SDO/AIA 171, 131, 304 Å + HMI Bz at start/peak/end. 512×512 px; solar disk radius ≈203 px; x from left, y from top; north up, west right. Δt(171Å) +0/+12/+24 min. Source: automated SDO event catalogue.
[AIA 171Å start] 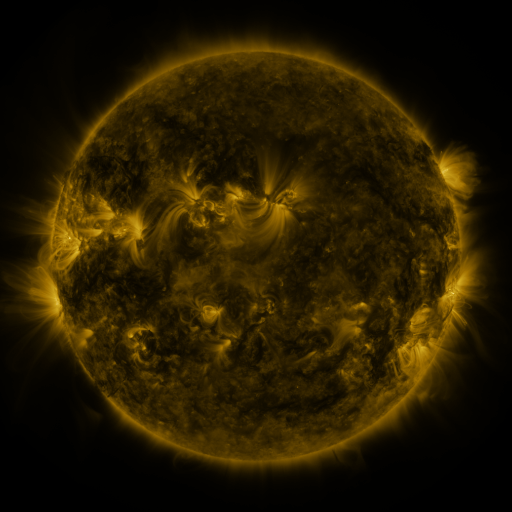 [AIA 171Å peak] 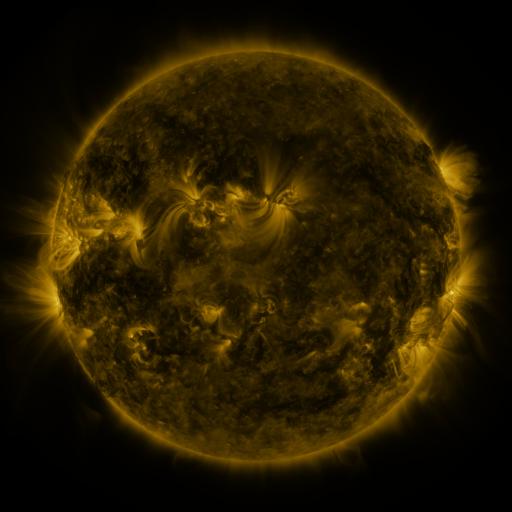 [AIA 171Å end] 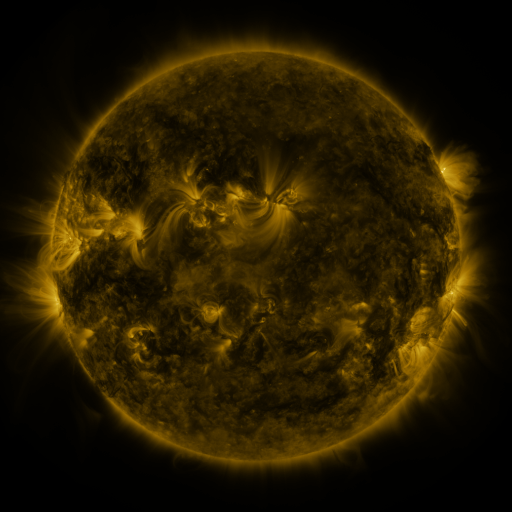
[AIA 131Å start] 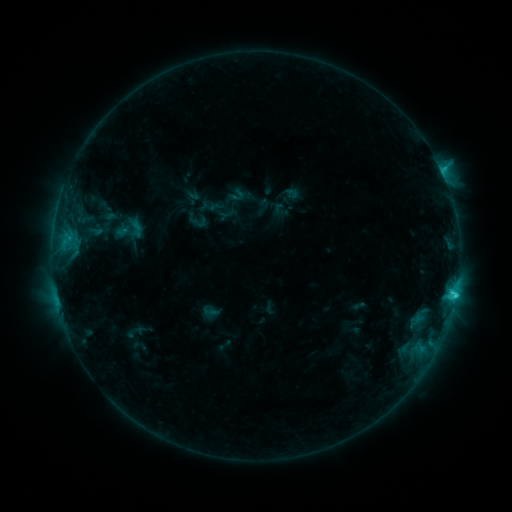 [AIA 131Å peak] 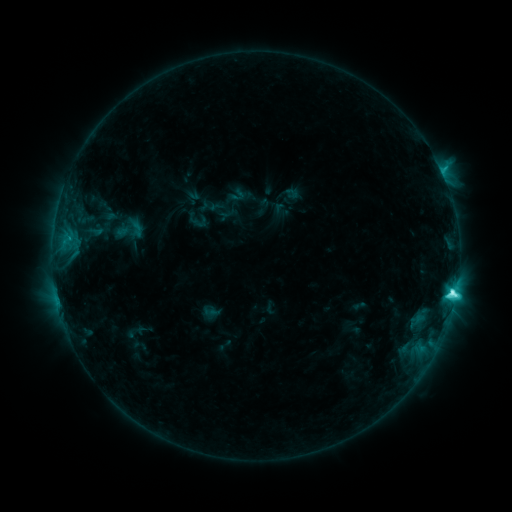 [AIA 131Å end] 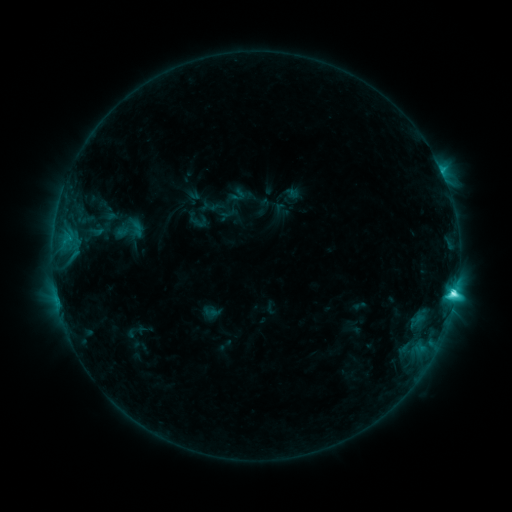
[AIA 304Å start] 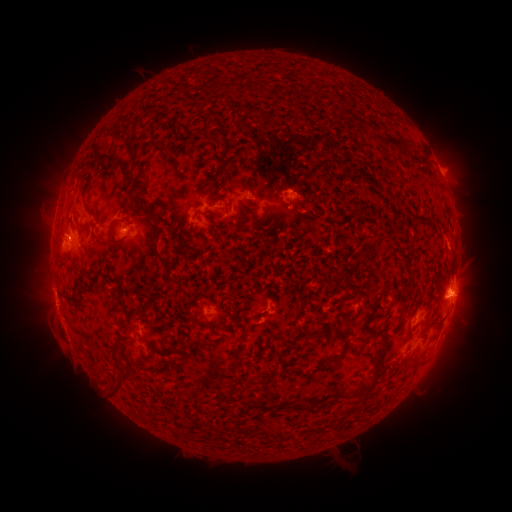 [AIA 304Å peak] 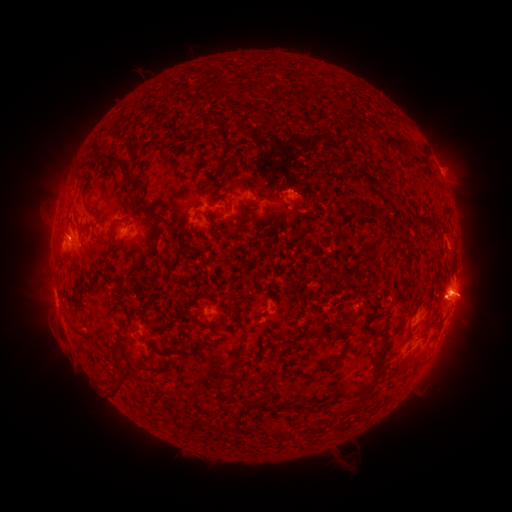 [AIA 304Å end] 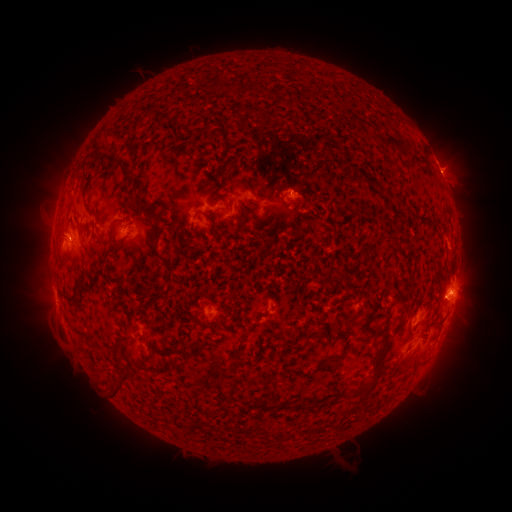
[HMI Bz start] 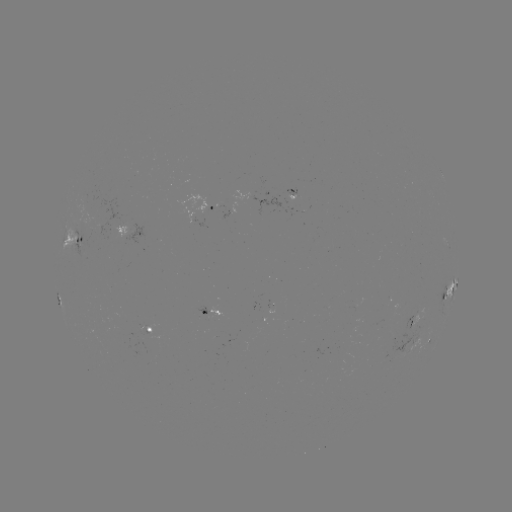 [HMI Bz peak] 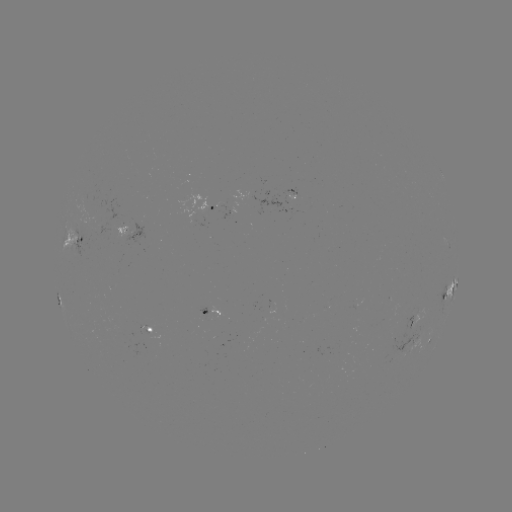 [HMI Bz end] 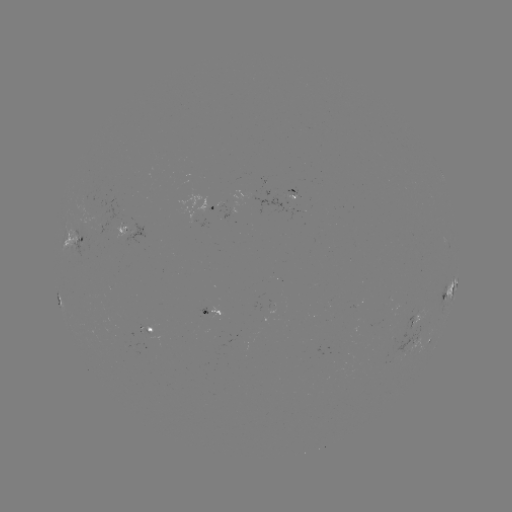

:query C8.4 flare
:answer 452,291